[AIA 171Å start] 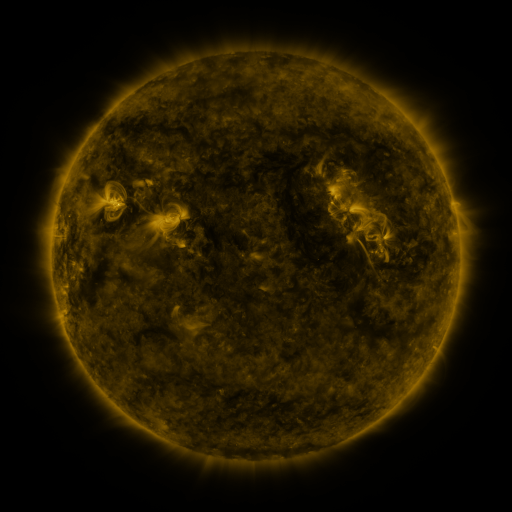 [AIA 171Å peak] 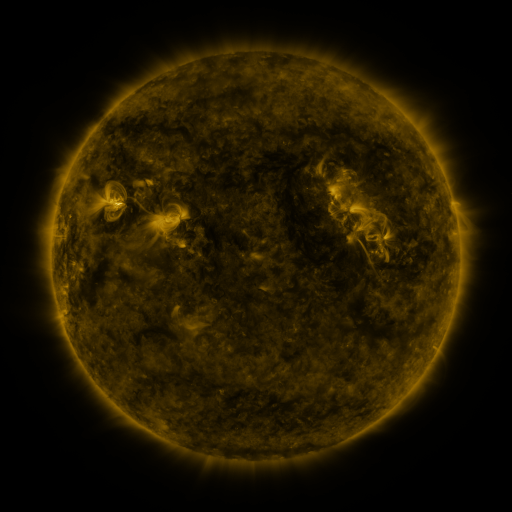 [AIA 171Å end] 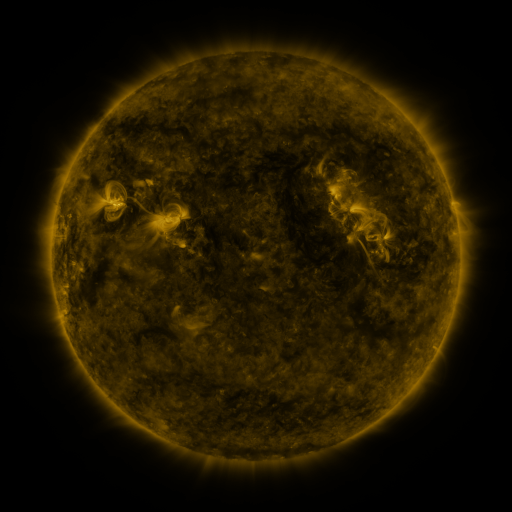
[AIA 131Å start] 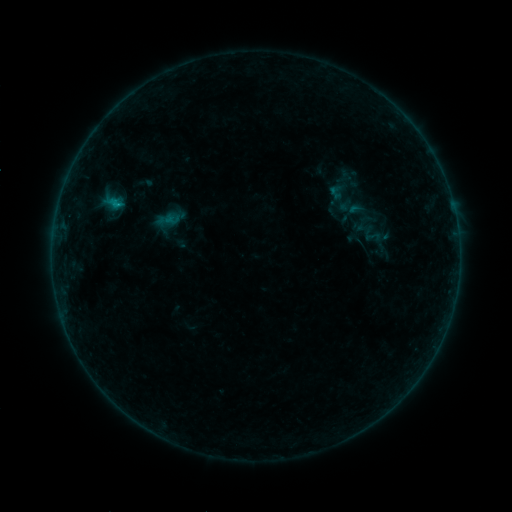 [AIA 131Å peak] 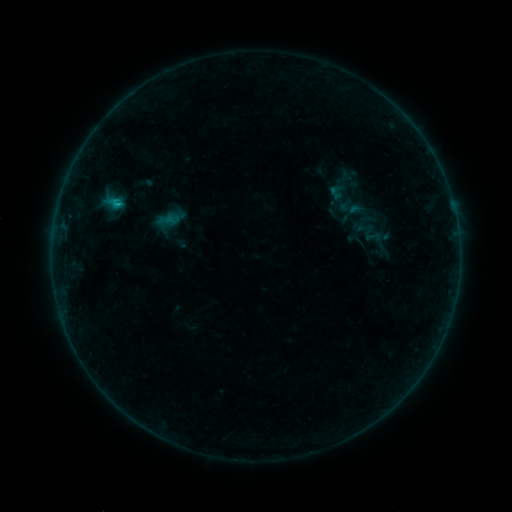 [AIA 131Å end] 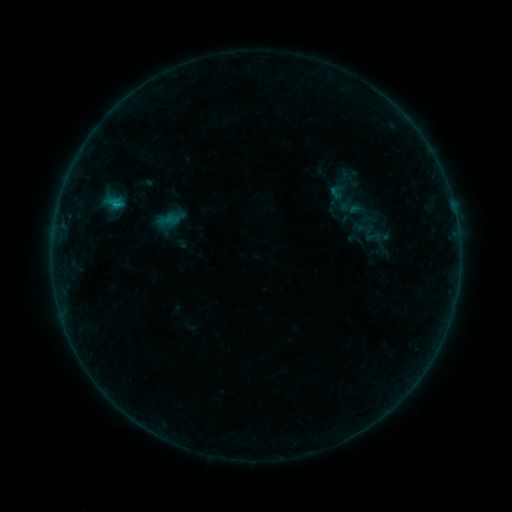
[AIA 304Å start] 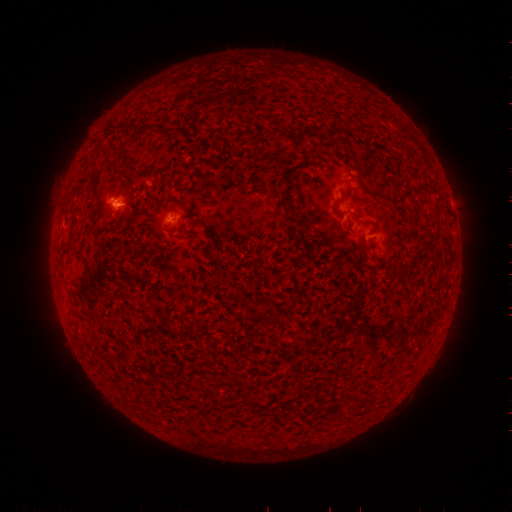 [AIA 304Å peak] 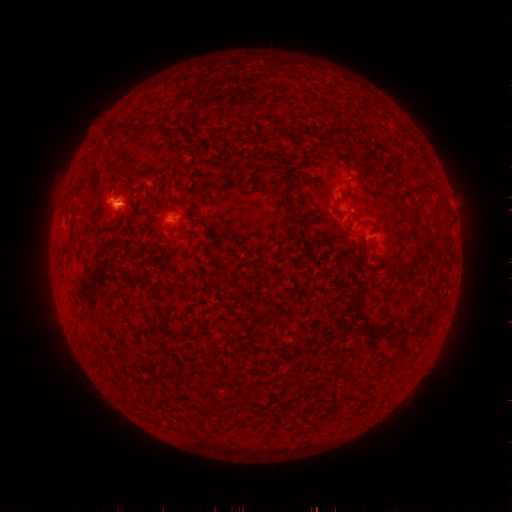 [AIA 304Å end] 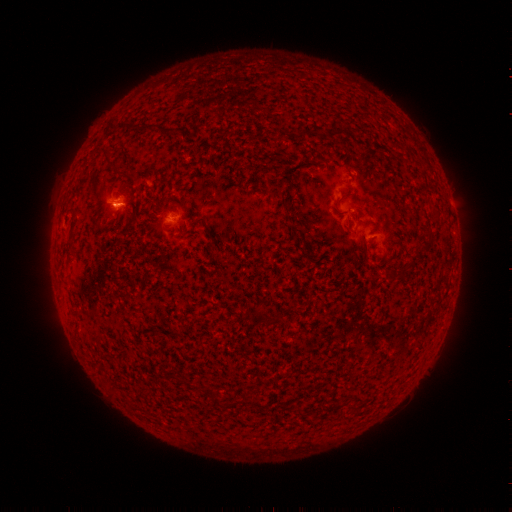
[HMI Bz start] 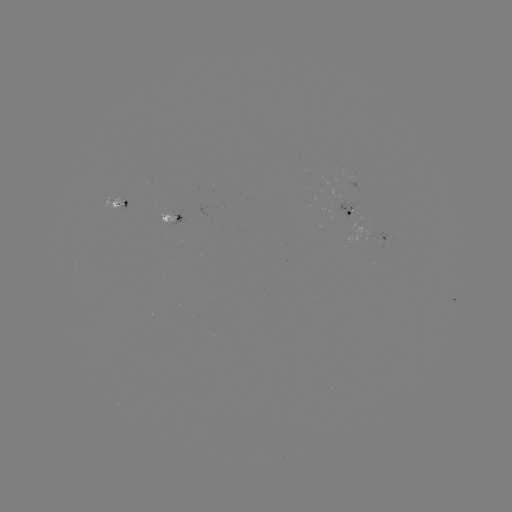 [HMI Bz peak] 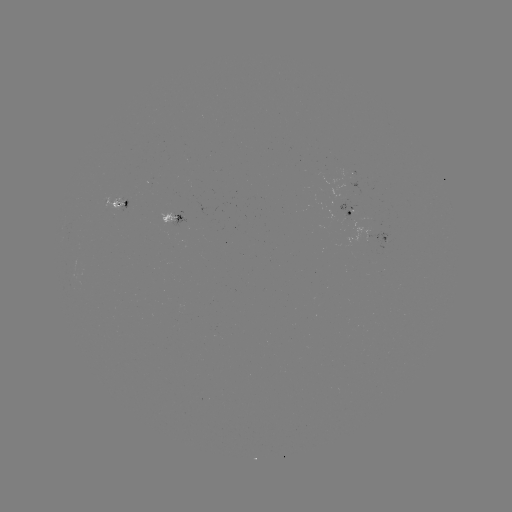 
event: flare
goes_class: B3.8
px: (119, 207)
